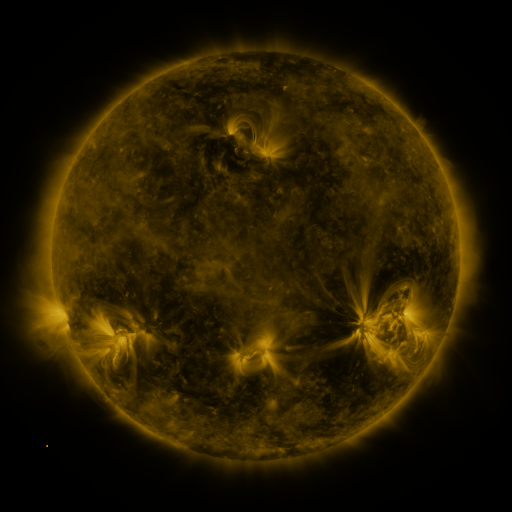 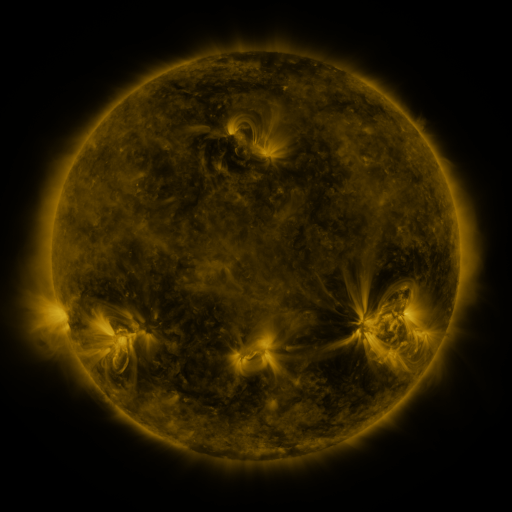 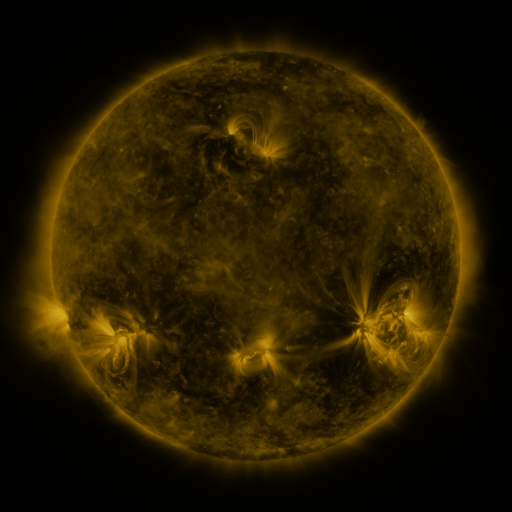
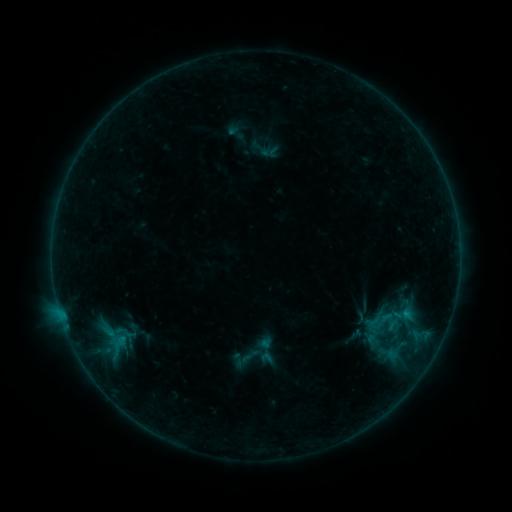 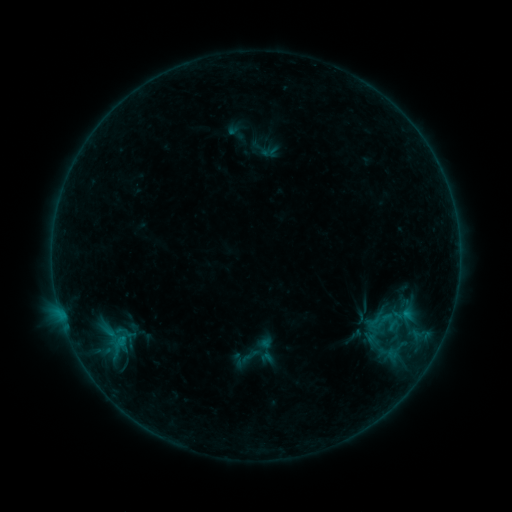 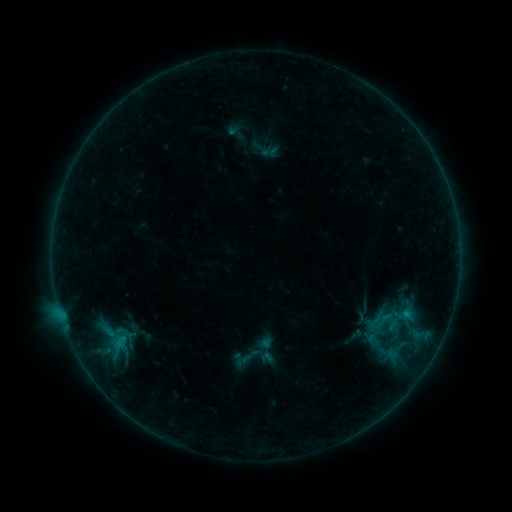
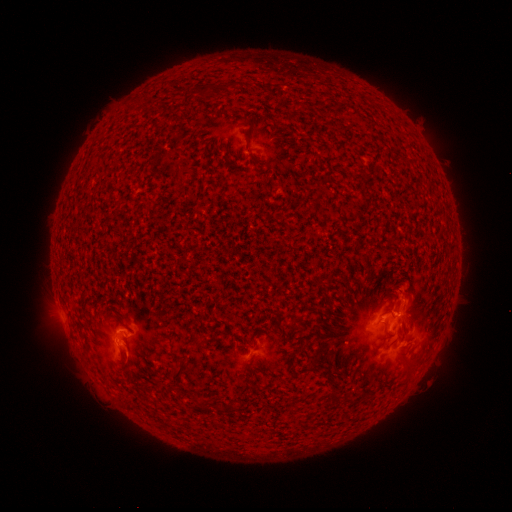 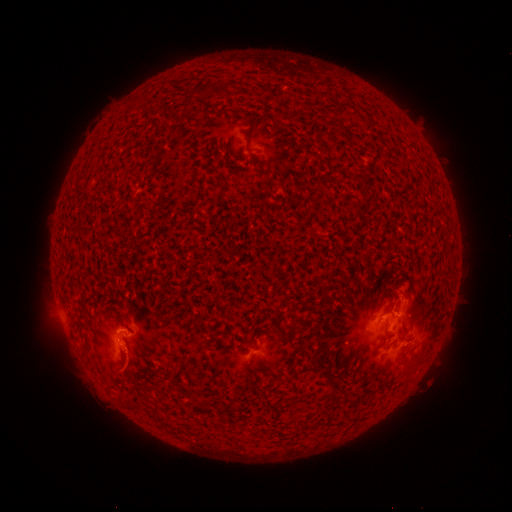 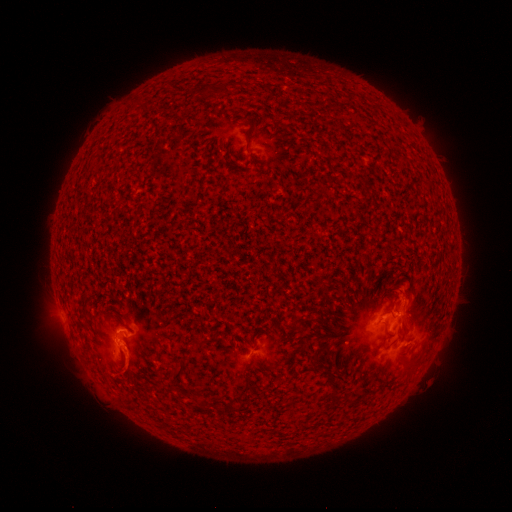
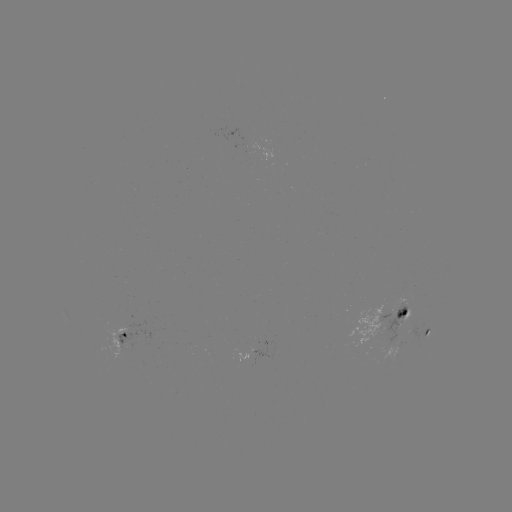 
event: eruption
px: (130, 366)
